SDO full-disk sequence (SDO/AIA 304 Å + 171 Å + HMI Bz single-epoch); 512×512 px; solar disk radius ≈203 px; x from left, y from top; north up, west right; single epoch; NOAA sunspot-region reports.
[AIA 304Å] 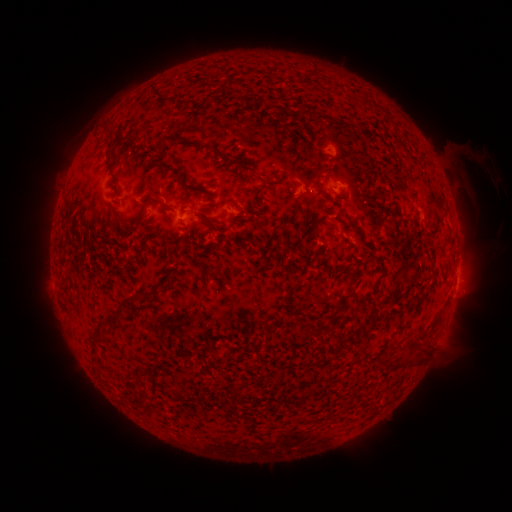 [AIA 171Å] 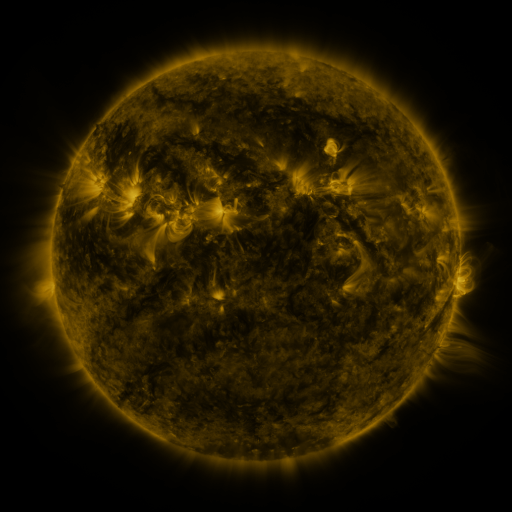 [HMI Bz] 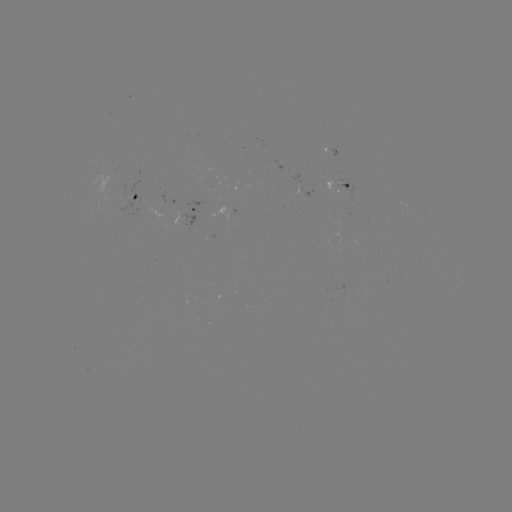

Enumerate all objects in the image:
spotted active region: (342, 184)
spotted active region: (138, 193)
spotted active region: (311, 193)
spotted active region: (193, 213)
spotted active region: (457, 276)
